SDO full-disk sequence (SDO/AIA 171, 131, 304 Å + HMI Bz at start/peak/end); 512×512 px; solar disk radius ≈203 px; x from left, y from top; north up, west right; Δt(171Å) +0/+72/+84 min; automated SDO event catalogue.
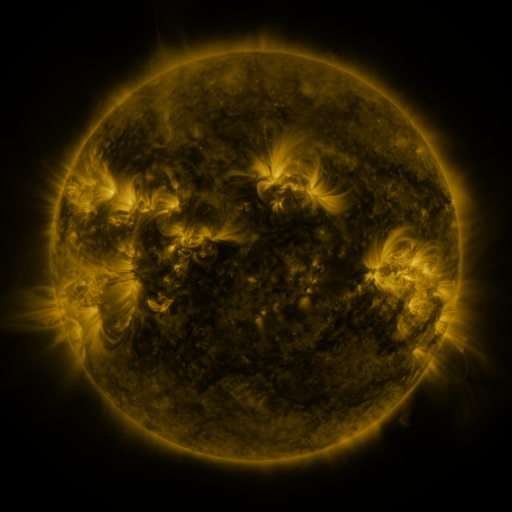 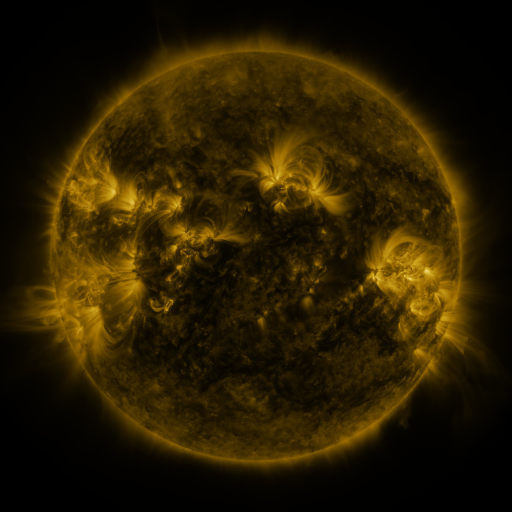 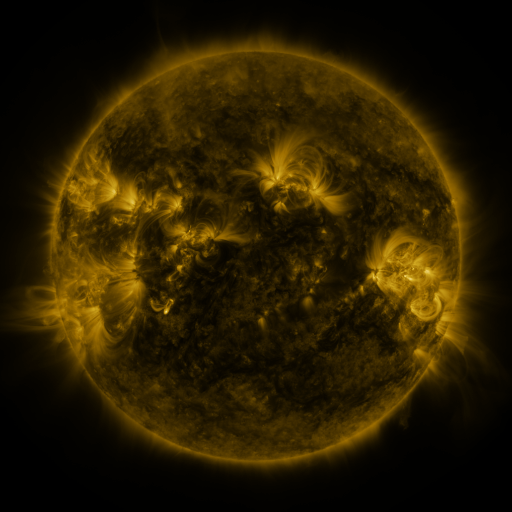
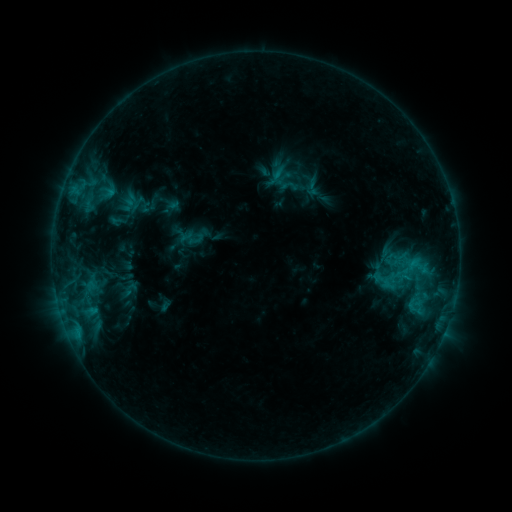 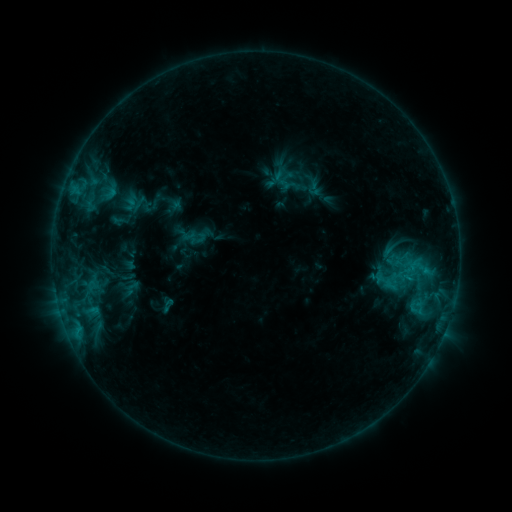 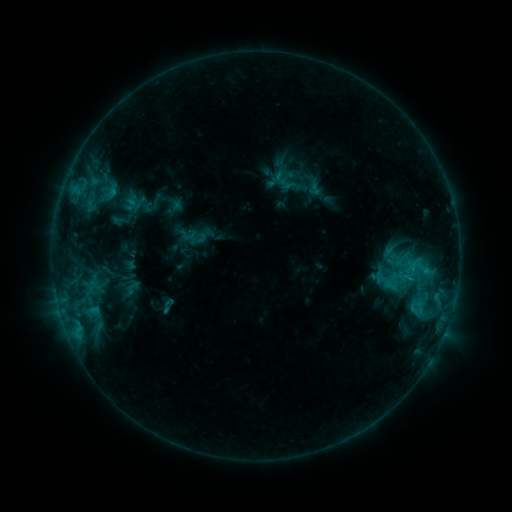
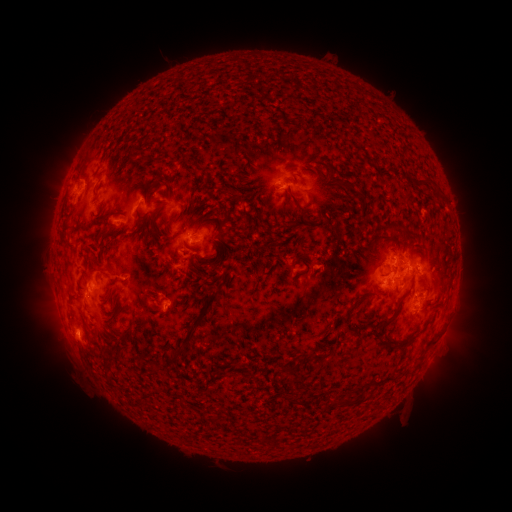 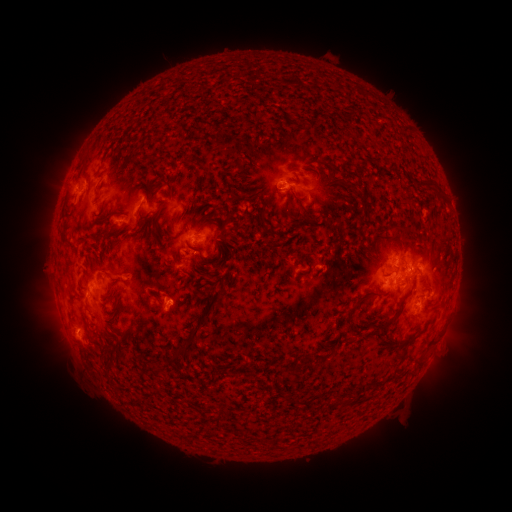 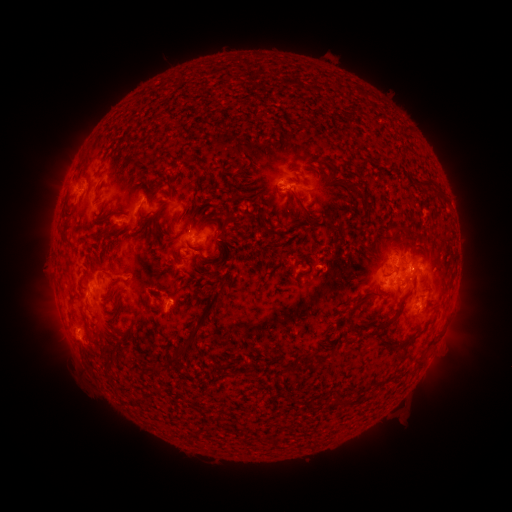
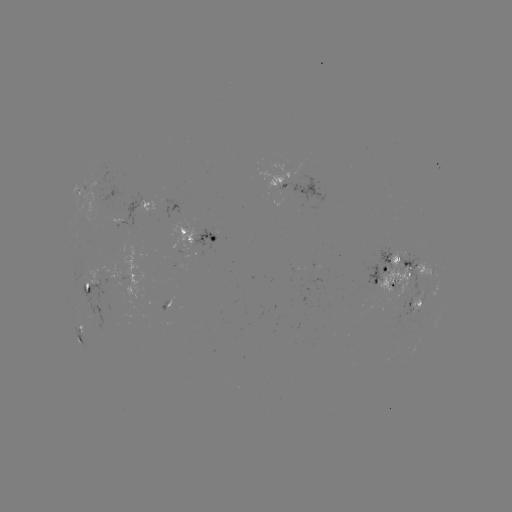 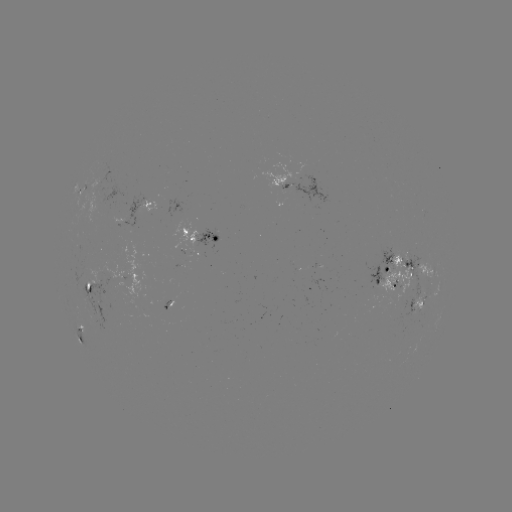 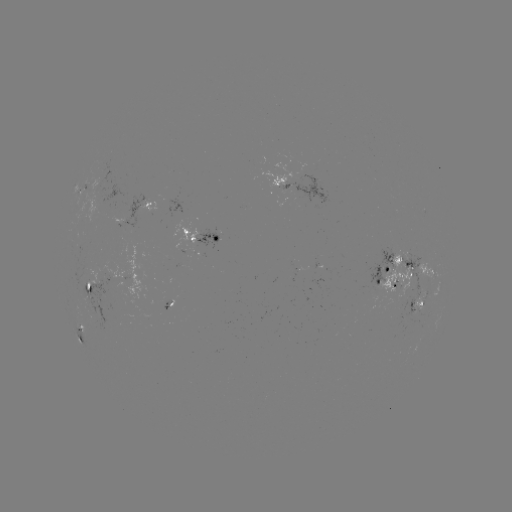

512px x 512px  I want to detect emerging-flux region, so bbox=[79, 268, 87, 278].